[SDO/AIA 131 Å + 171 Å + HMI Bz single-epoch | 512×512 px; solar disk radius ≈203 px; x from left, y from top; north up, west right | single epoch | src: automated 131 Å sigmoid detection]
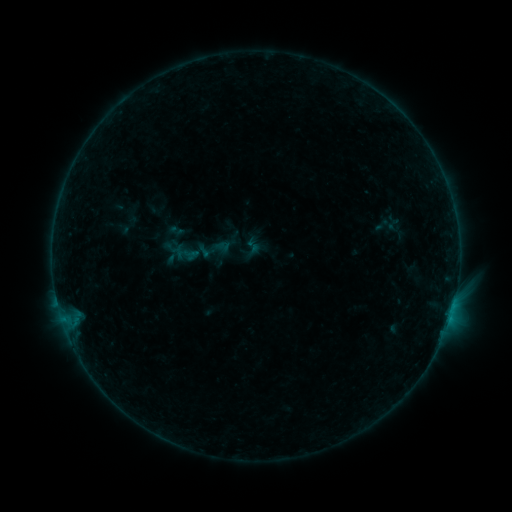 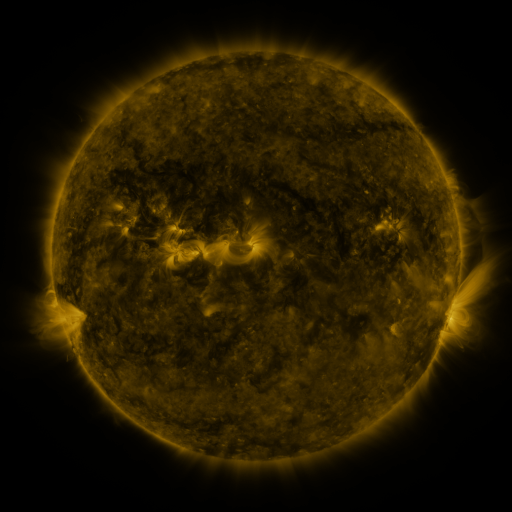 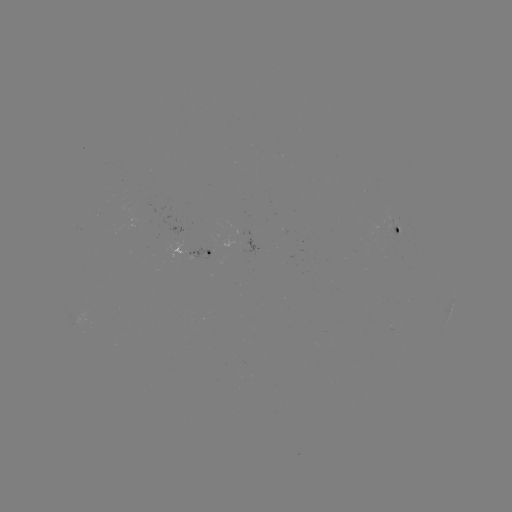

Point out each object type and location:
sigmoid: (174, 238, 201, 267)
sigmoid: (245, 238, 261, 254)
